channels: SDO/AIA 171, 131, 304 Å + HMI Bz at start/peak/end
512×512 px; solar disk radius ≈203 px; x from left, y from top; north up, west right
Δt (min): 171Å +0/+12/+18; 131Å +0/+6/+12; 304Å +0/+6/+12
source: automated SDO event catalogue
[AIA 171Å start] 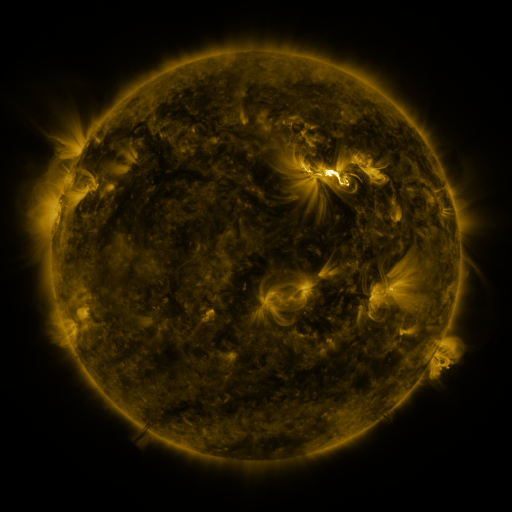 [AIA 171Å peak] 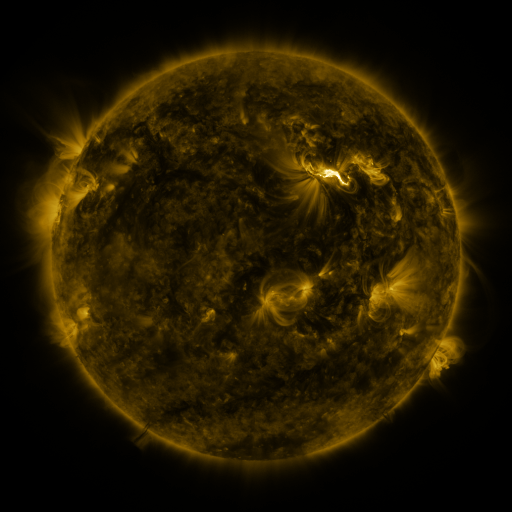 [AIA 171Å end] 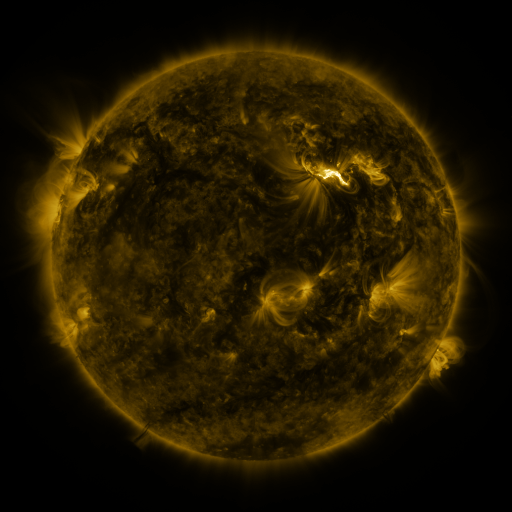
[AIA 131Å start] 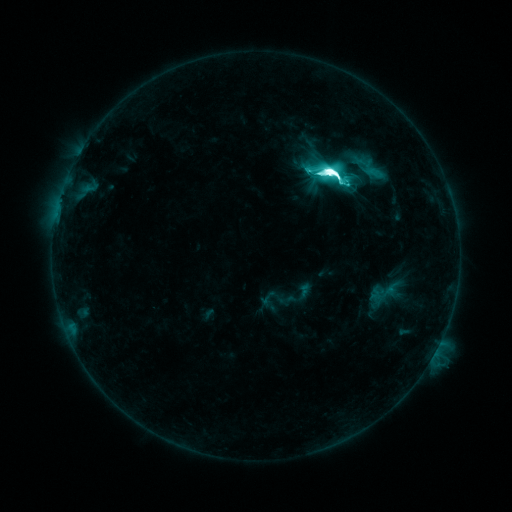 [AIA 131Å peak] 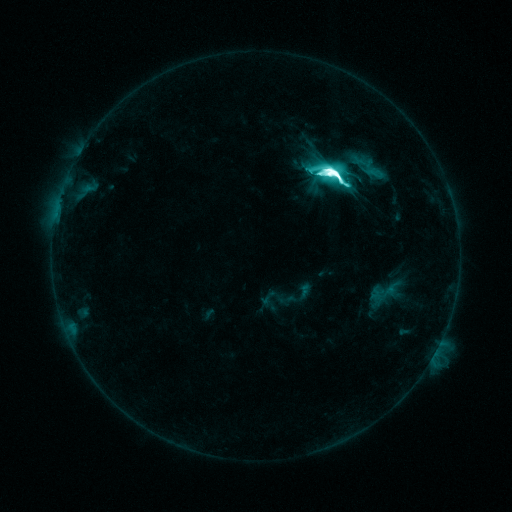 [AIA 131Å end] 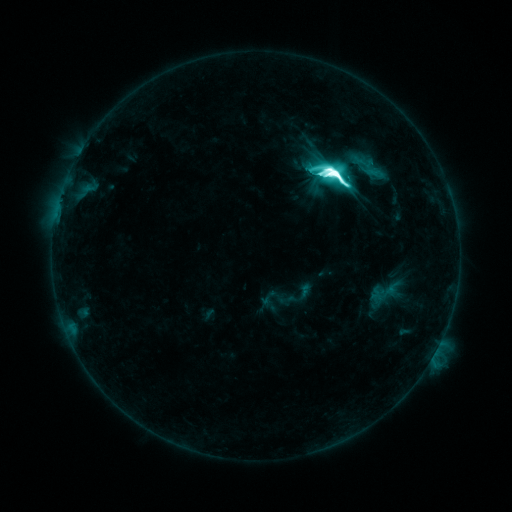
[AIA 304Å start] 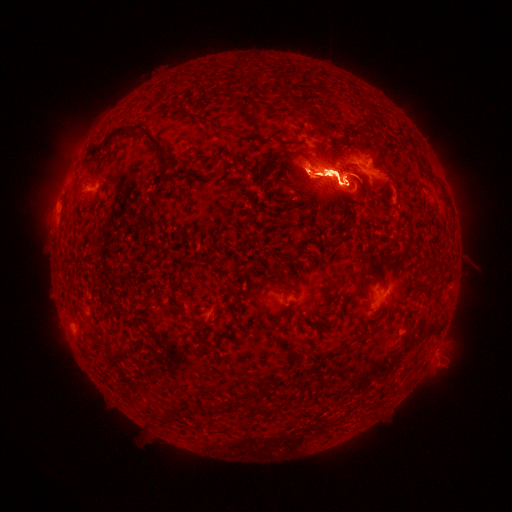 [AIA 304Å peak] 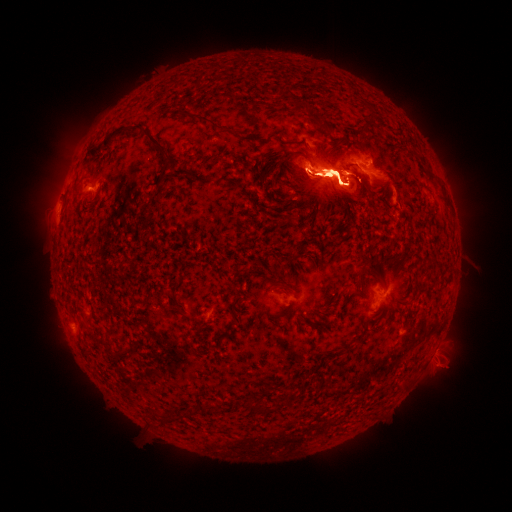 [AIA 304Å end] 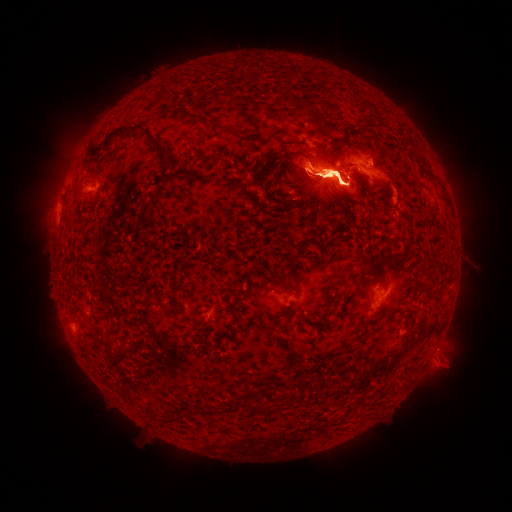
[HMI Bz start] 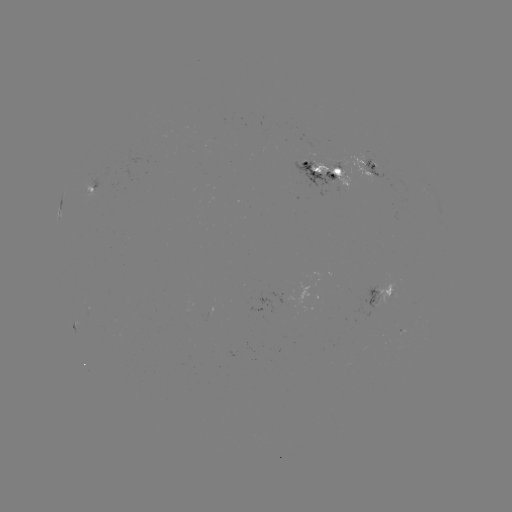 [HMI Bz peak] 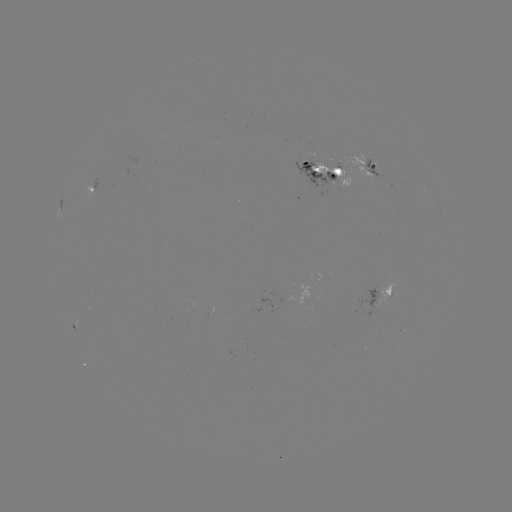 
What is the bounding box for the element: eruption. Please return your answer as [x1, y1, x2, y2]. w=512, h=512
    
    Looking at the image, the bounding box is [347, 262, 410, 331].